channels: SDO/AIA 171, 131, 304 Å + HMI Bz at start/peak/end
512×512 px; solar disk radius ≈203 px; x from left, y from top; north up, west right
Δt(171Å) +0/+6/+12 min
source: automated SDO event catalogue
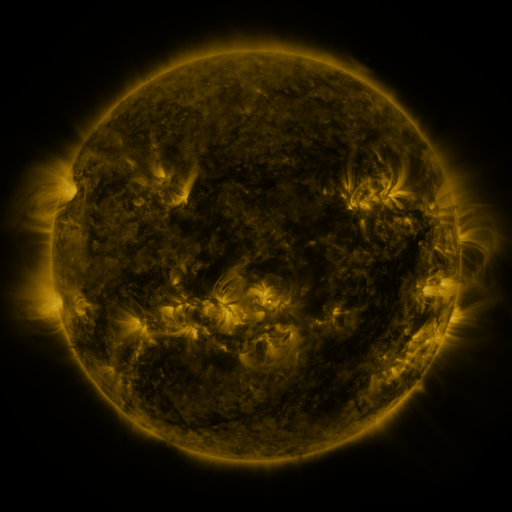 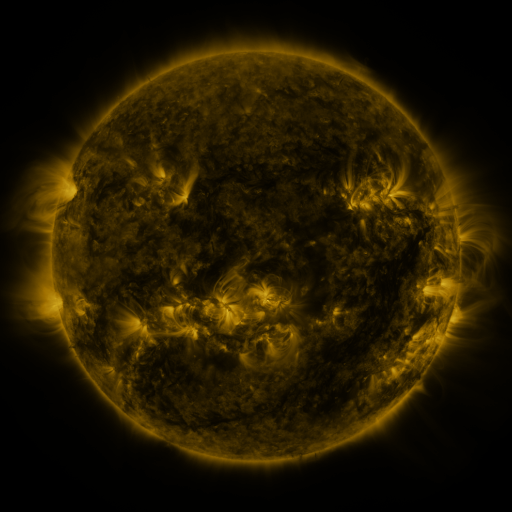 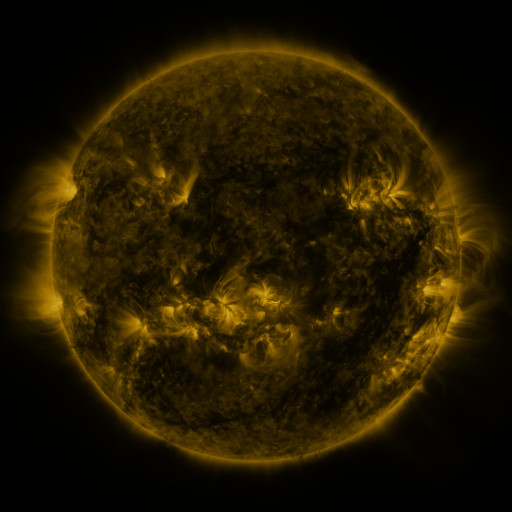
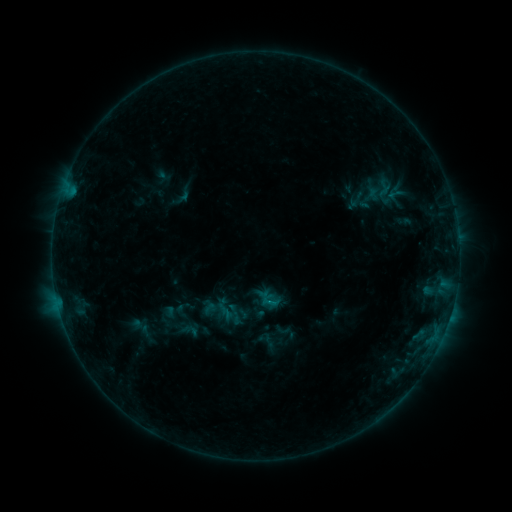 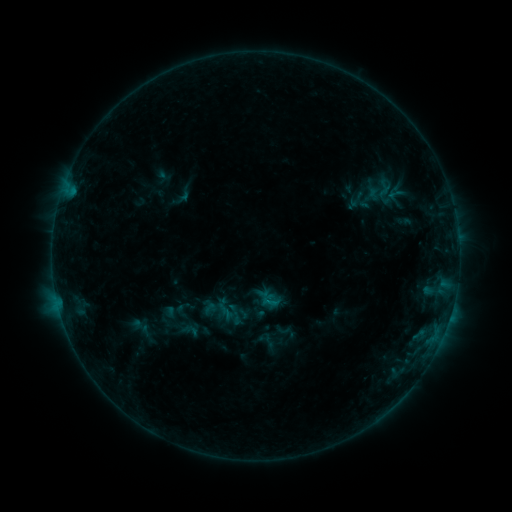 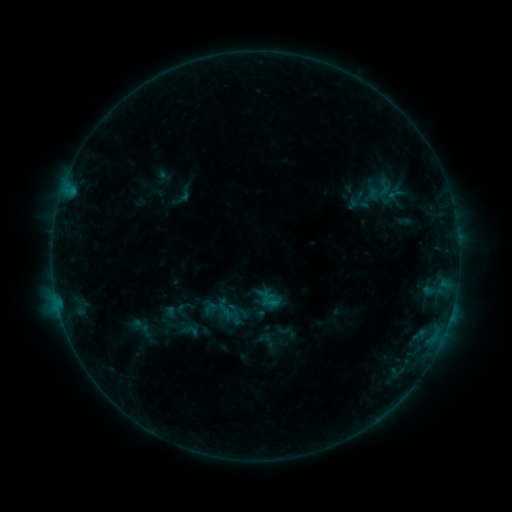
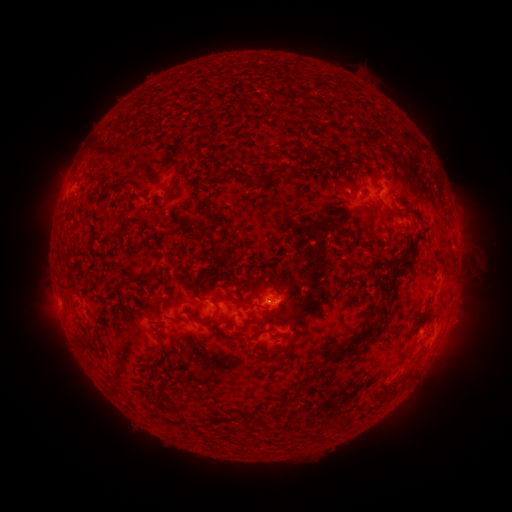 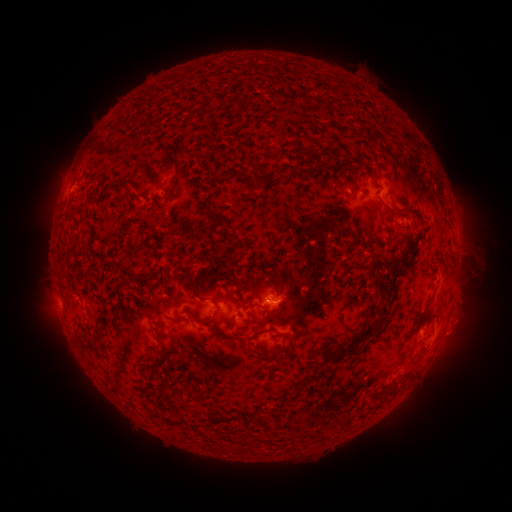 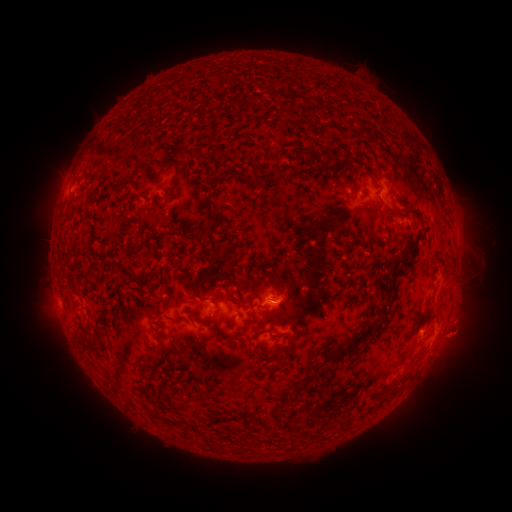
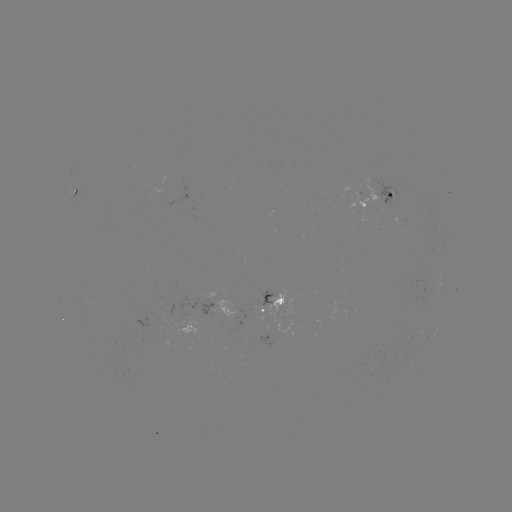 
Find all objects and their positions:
eruption: (461, 335)
